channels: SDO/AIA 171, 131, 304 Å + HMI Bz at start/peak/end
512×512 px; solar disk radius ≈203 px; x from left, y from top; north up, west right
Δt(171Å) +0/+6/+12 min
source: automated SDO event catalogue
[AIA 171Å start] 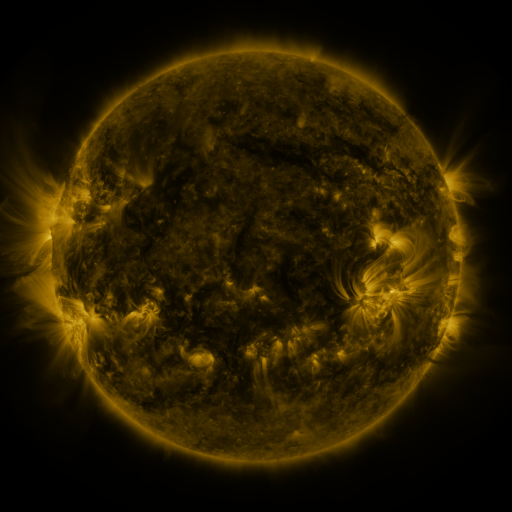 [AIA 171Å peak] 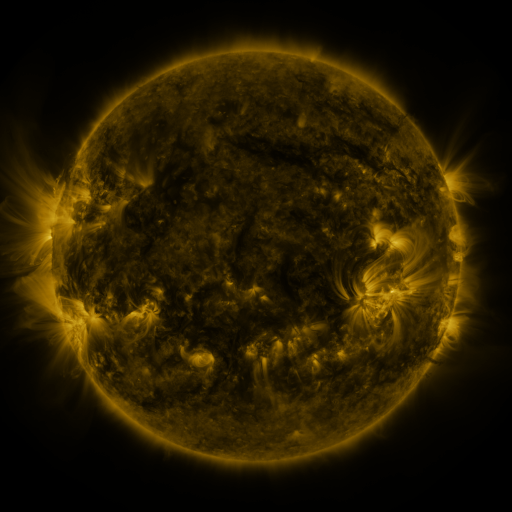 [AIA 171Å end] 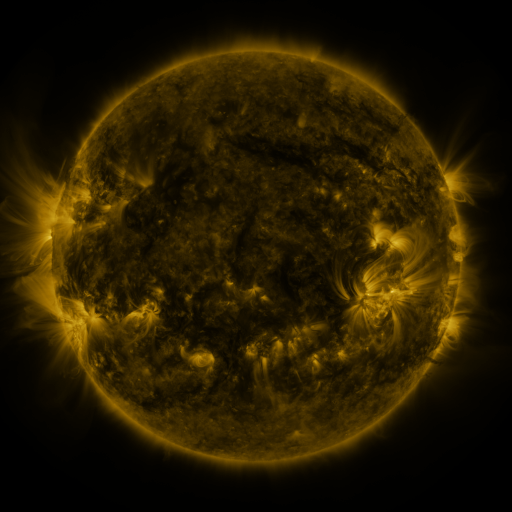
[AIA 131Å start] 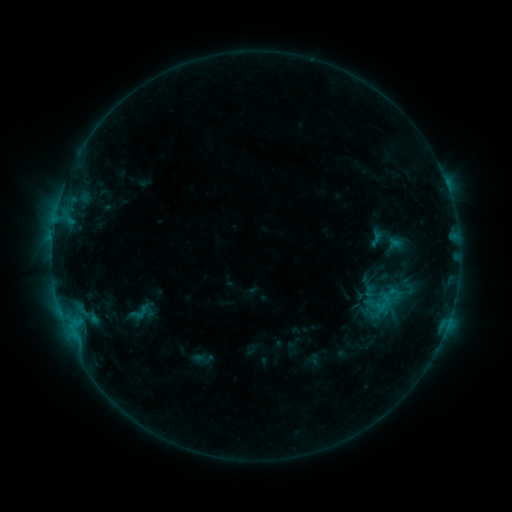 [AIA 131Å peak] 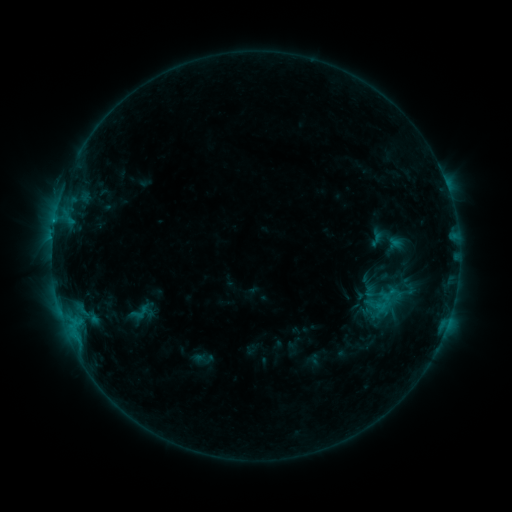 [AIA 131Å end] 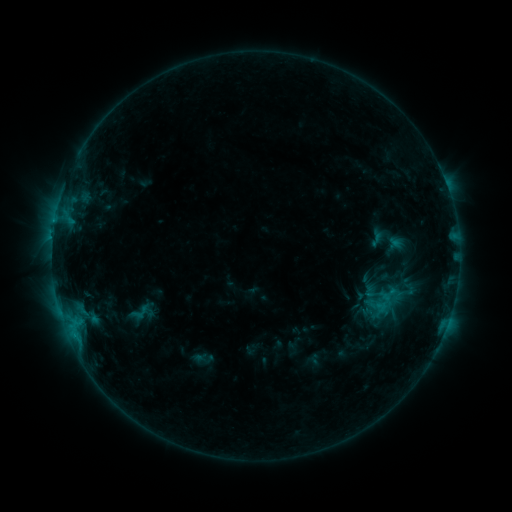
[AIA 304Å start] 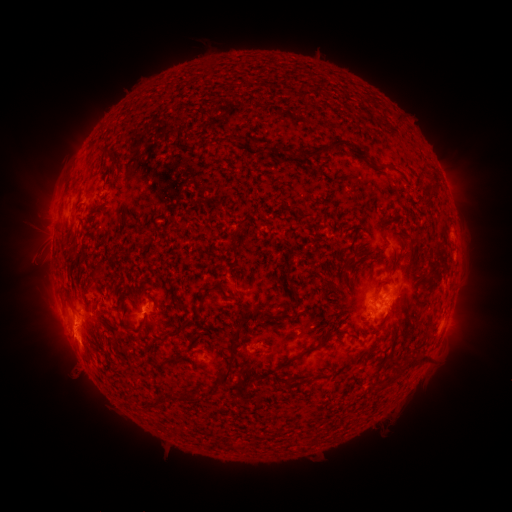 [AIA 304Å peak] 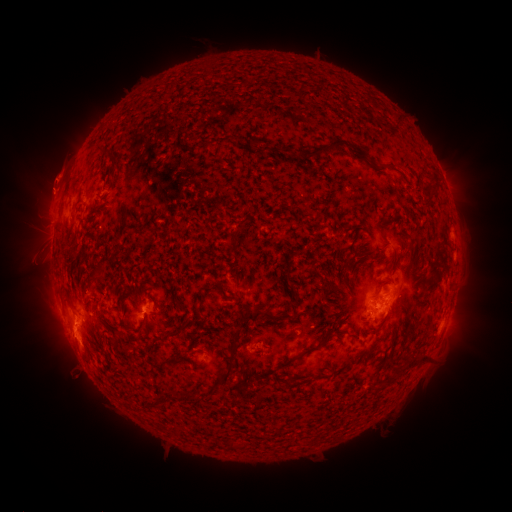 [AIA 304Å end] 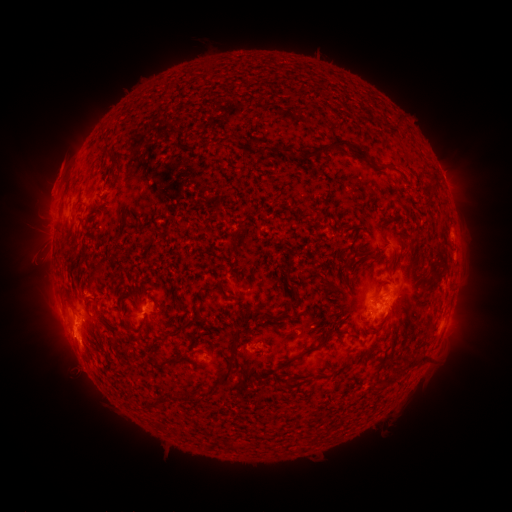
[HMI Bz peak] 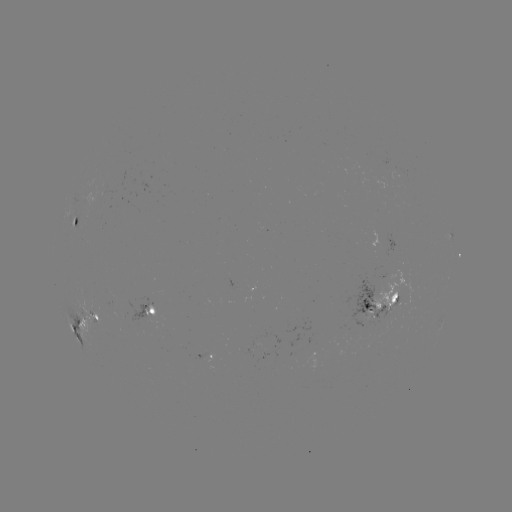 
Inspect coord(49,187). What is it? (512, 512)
eruption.